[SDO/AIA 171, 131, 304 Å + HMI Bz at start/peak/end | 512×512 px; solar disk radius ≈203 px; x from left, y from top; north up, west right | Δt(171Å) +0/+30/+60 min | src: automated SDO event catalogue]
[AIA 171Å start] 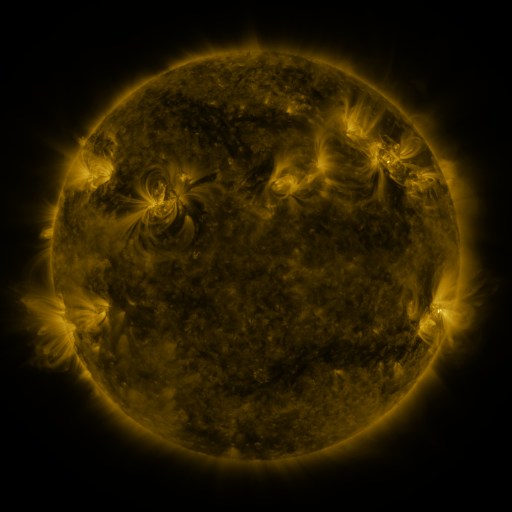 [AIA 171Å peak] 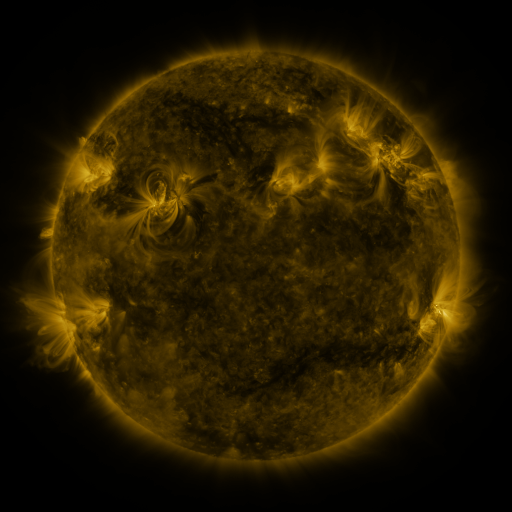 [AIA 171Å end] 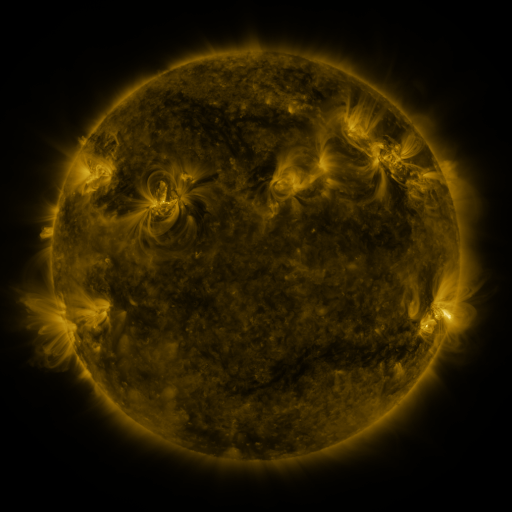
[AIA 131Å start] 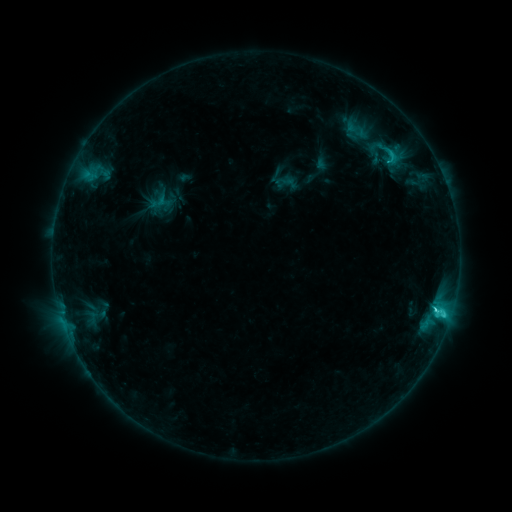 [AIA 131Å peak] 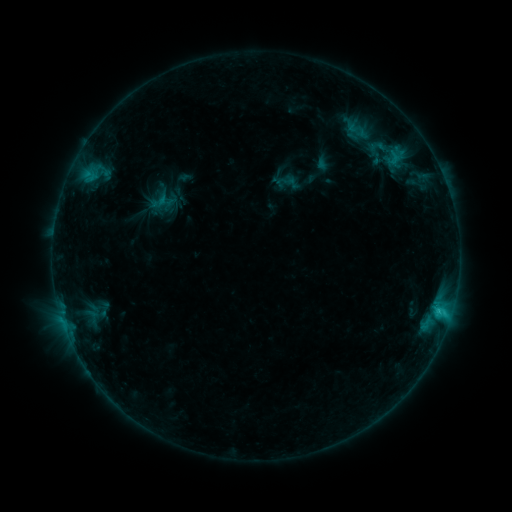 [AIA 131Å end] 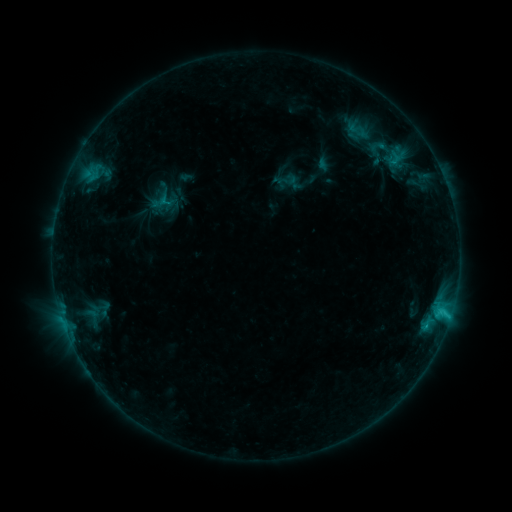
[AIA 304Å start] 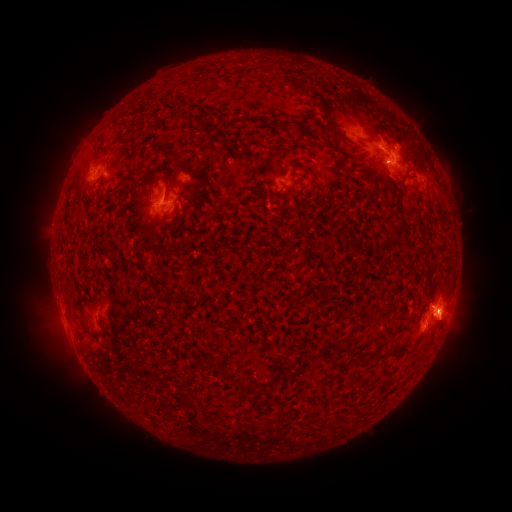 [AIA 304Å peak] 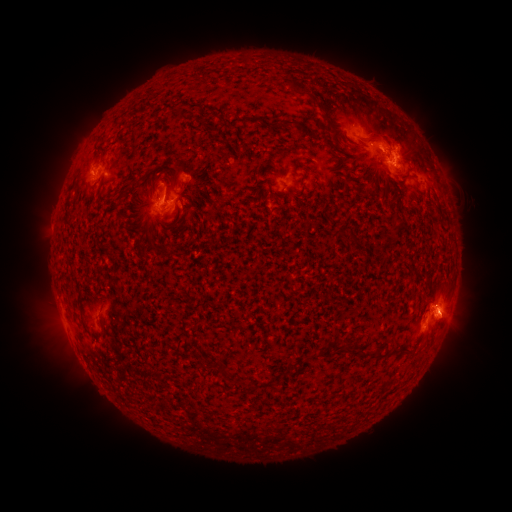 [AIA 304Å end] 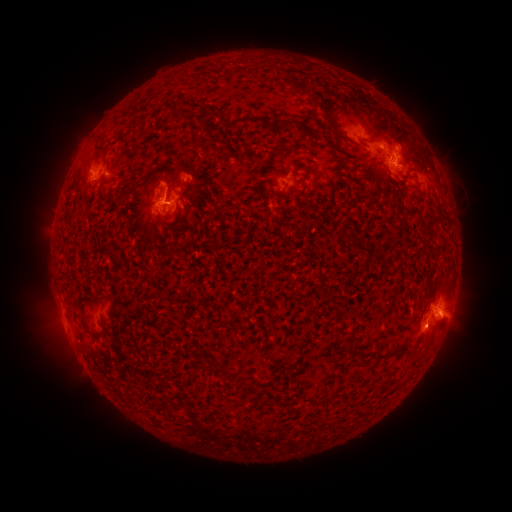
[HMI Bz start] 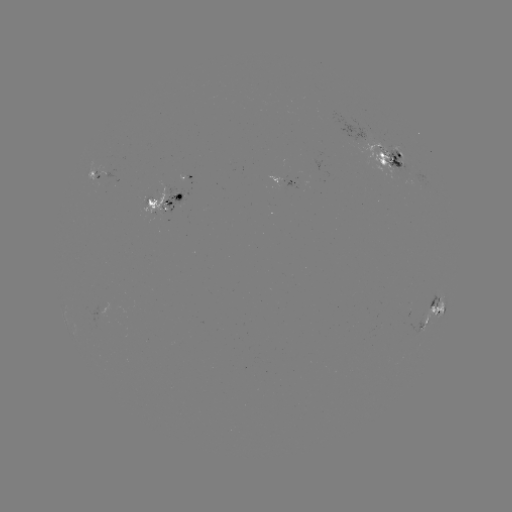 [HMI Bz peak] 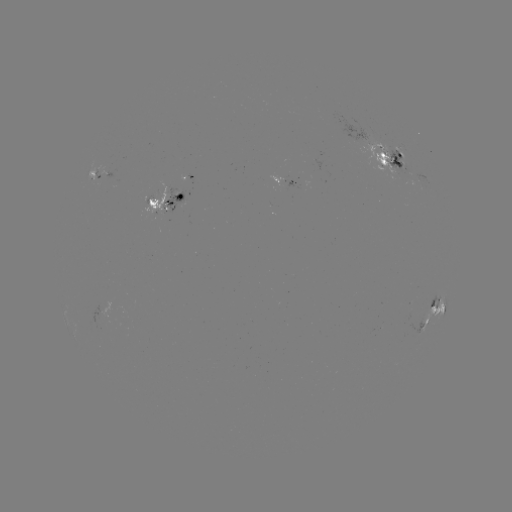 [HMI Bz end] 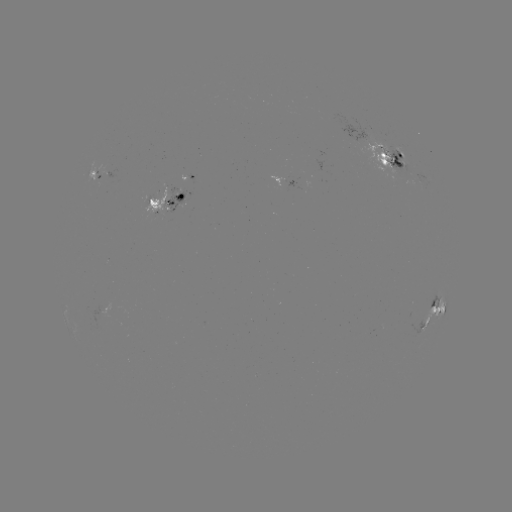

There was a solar emerging-flux region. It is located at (170, 200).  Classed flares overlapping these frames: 1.